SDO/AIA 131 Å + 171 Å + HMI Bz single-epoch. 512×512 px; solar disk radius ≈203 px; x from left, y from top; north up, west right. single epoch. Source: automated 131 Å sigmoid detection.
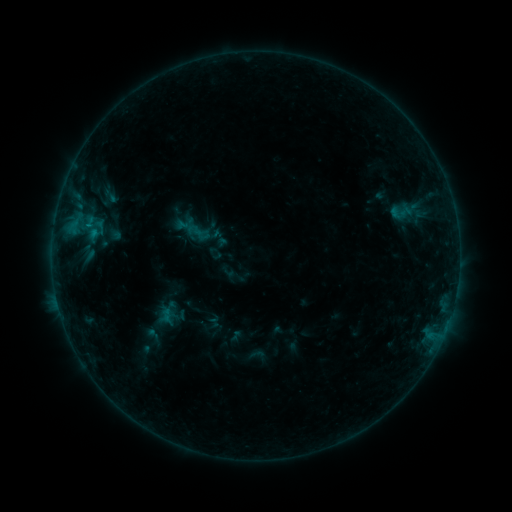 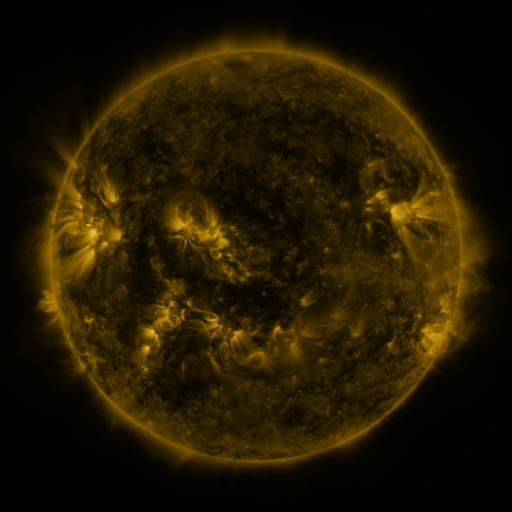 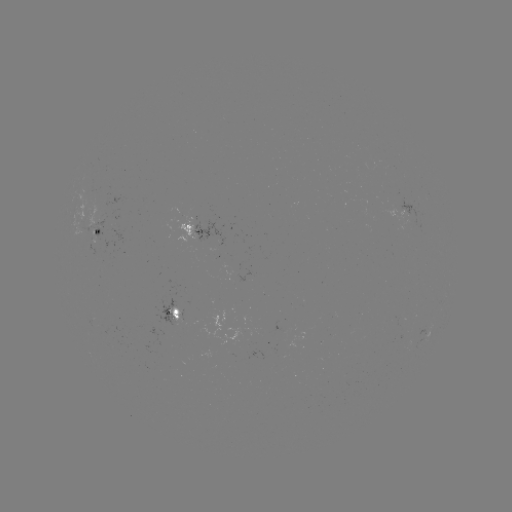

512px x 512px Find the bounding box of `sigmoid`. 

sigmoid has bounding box [385, 201, 416, 224].